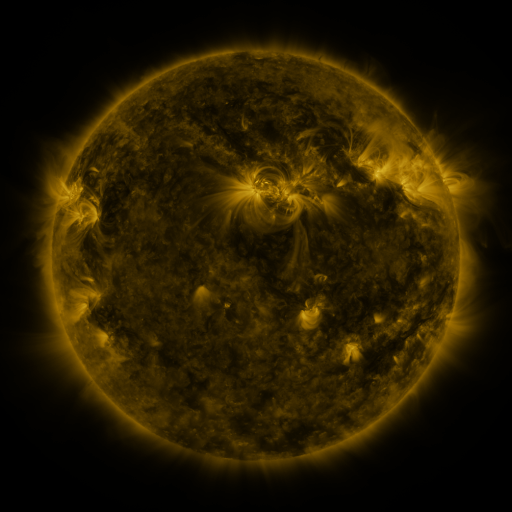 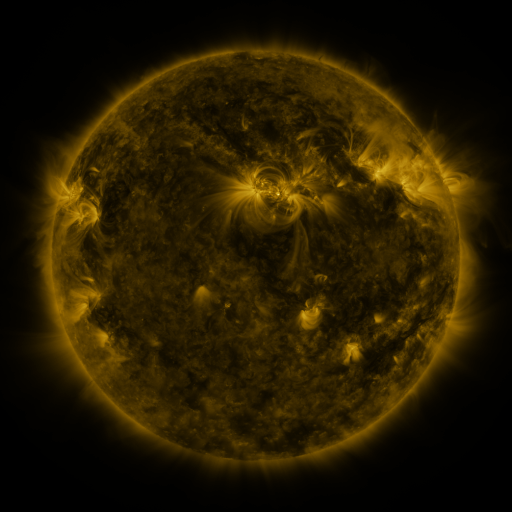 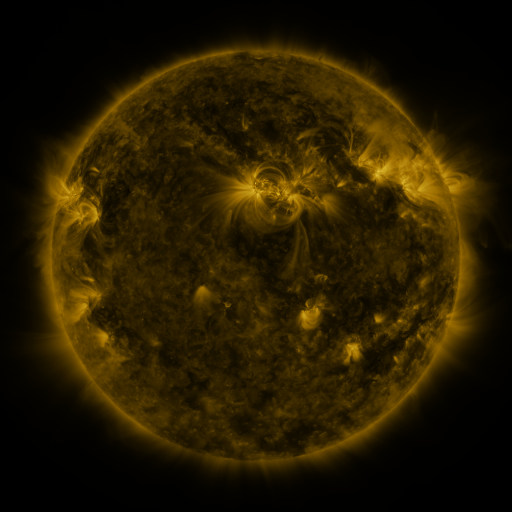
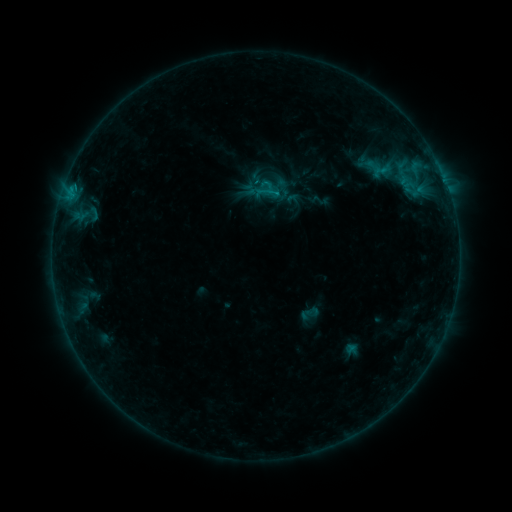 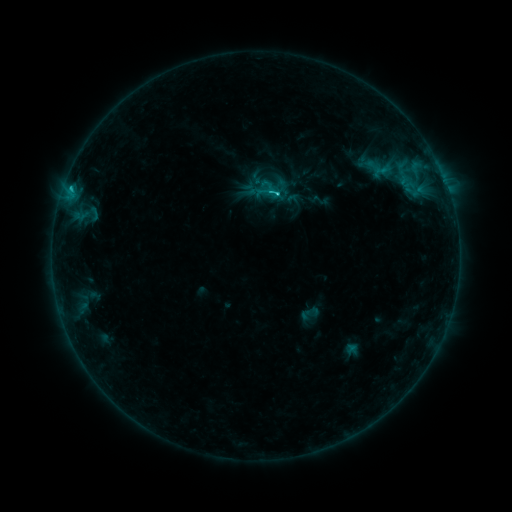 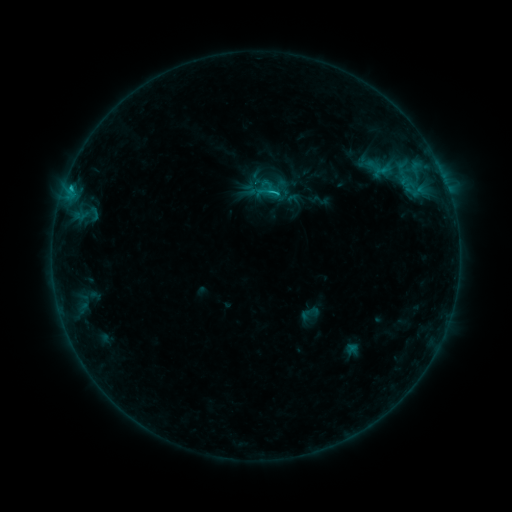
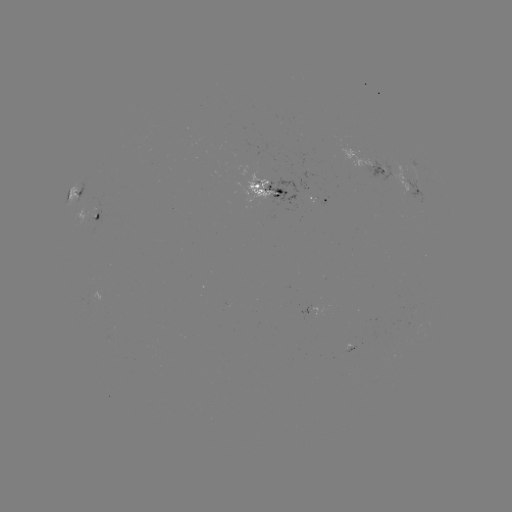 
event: flare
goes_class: C1.6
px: (71, 190)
